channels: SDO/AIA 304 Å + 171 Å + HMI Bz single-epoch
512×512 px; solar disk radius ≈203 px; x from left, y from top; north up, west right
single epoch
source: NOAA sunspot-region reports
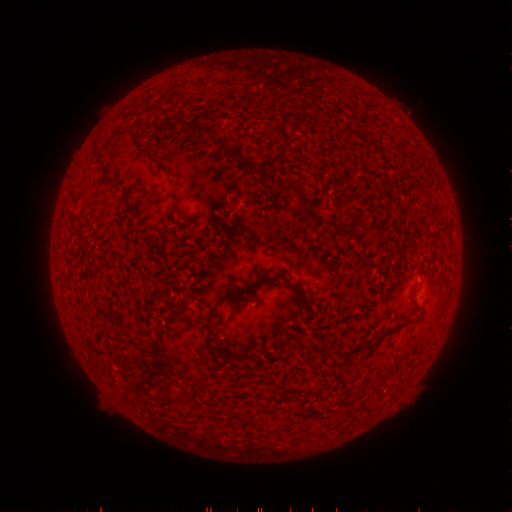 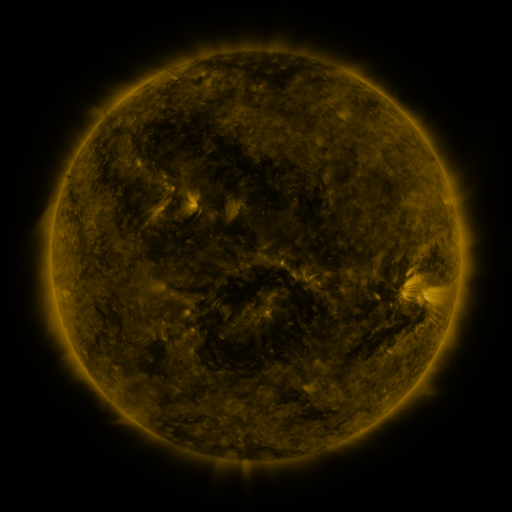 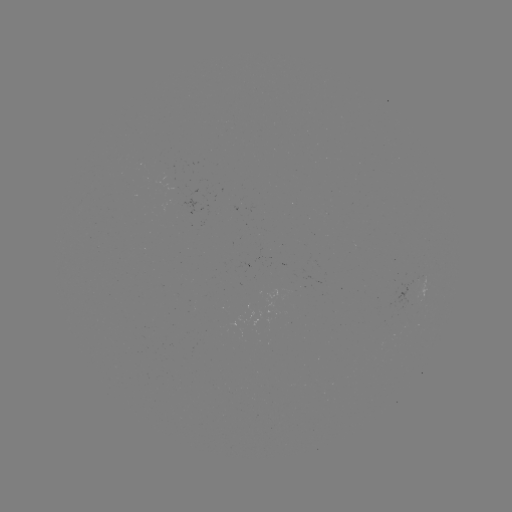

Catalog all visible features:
(none)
